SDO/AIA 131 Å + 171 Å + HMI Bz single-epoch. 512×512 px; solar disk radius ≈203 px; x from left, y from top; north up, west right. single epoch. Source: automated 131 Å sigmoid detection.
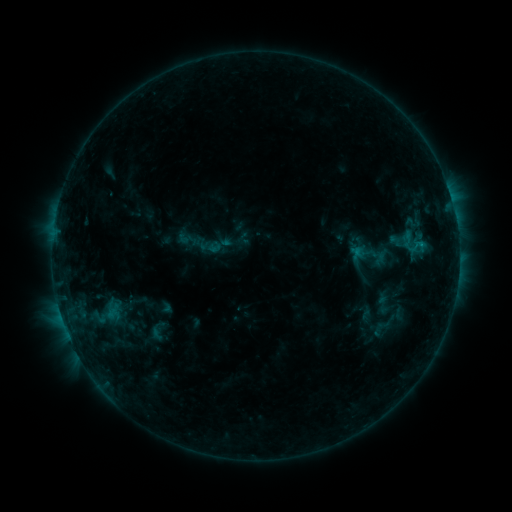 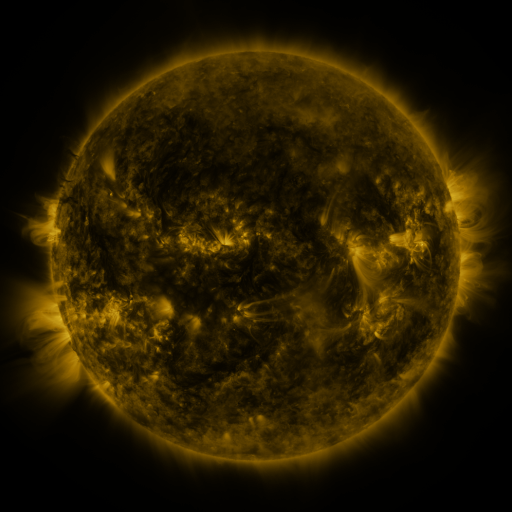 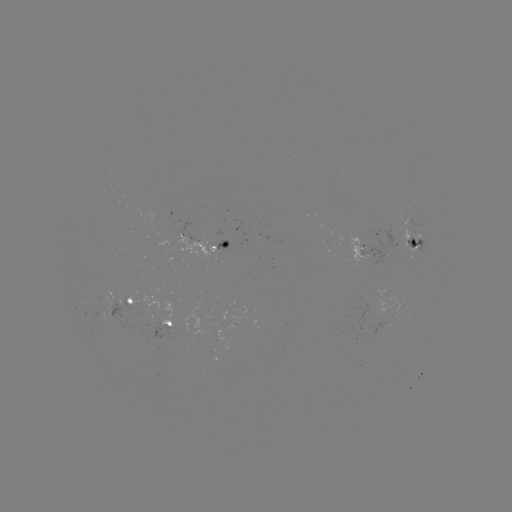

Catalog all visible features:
sigmoid: (178, 230, 194, 247)
sigmoid: (353, 242, 378, 264)
